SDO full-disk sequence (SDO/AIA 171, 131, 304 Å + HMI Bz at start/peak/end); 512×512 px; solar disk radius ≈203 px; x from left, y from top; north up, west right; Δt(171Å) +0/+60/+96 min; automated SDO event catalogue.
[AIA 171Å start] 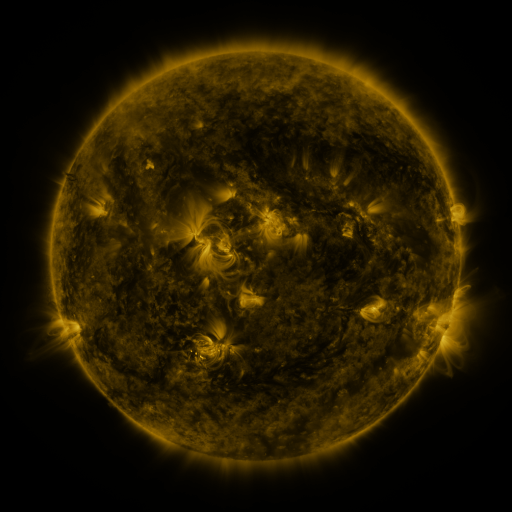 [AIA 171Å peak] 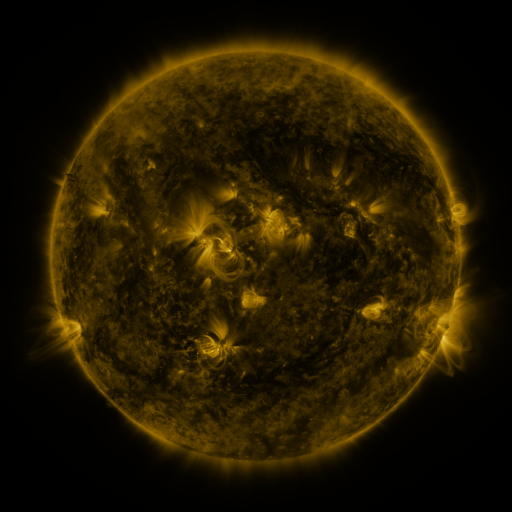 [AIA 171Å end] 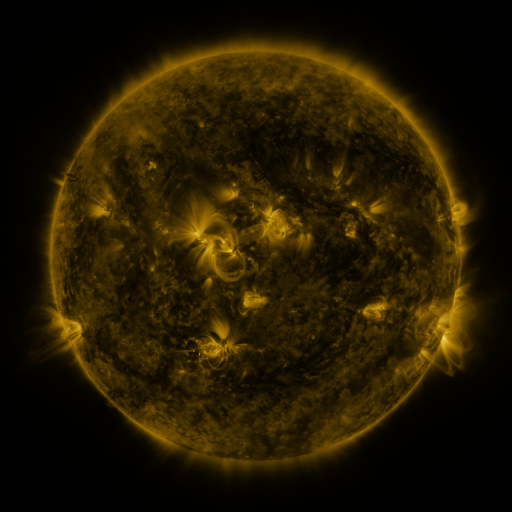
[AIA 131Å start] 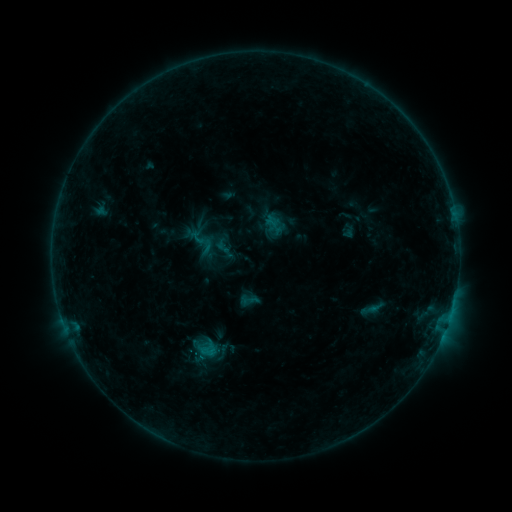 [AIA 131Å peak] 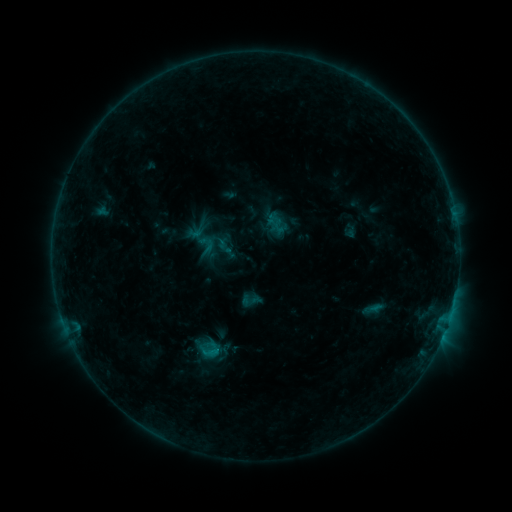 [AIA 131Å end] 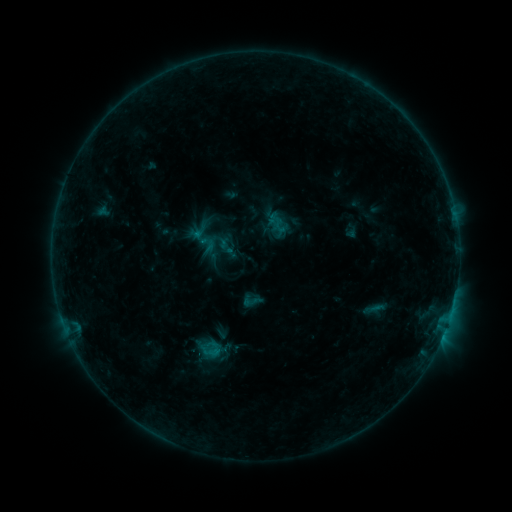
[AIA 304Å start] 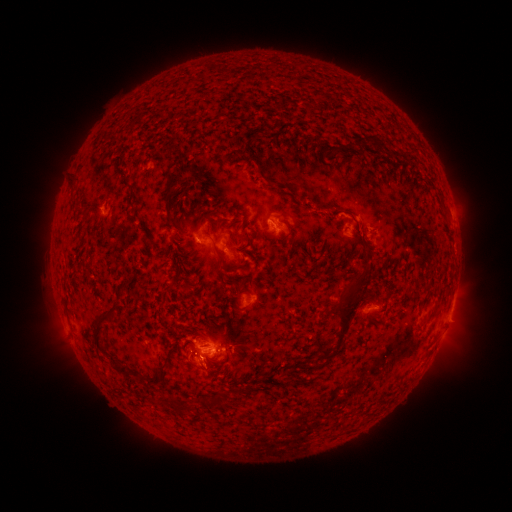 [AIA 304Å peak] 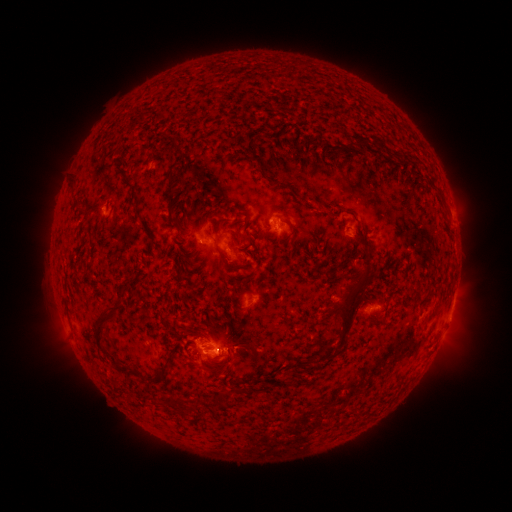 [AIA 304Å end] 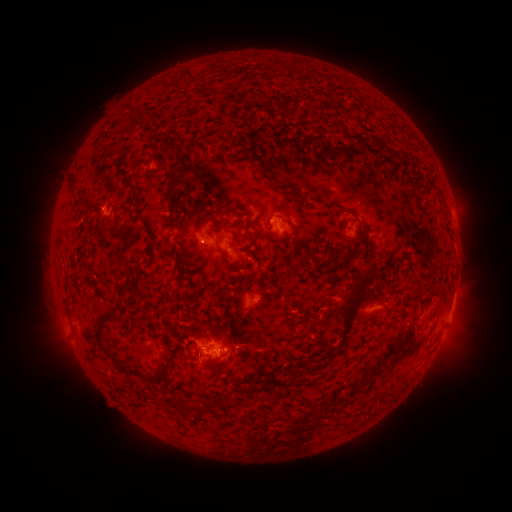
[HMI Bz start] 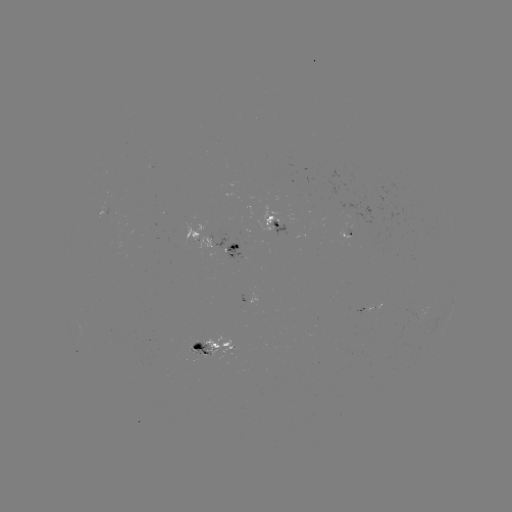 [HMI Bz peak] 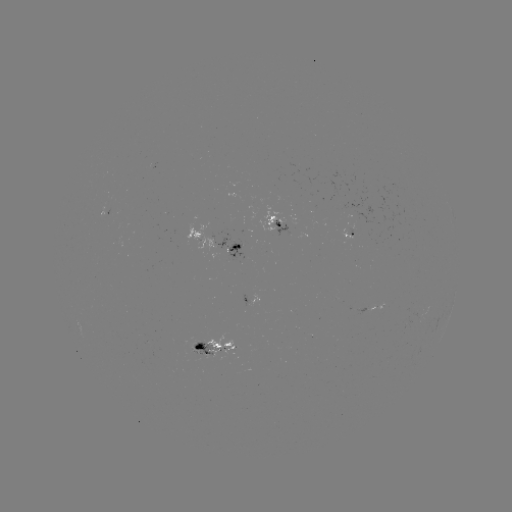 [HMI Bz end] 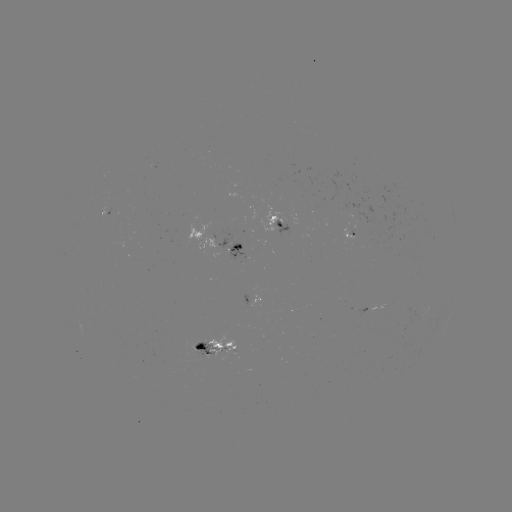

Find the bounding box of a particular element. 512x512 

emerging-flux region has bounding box [405, 318, 411, 329].